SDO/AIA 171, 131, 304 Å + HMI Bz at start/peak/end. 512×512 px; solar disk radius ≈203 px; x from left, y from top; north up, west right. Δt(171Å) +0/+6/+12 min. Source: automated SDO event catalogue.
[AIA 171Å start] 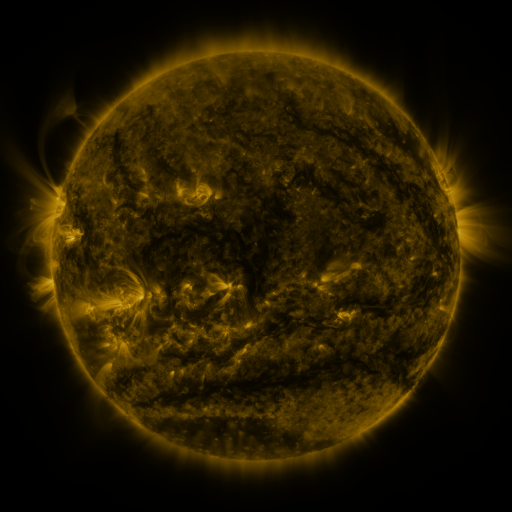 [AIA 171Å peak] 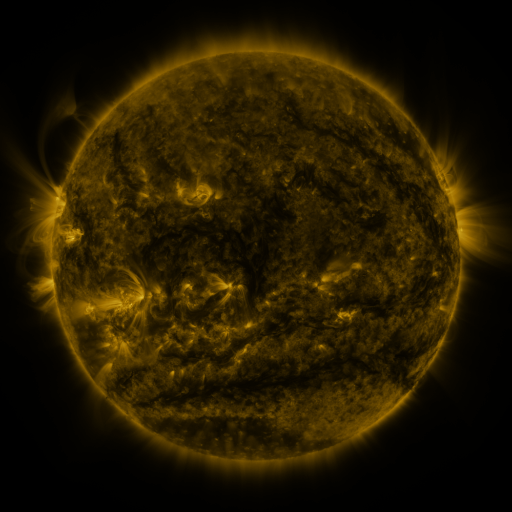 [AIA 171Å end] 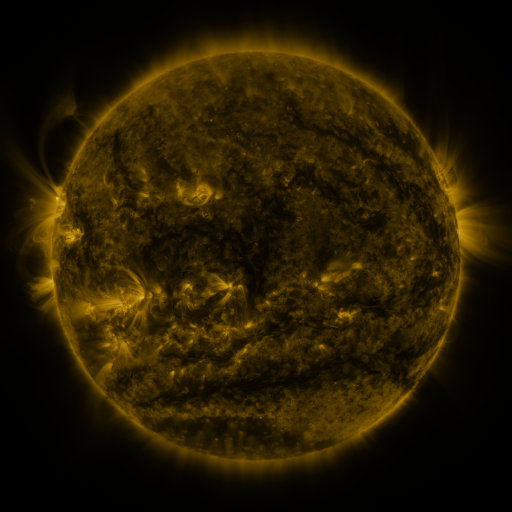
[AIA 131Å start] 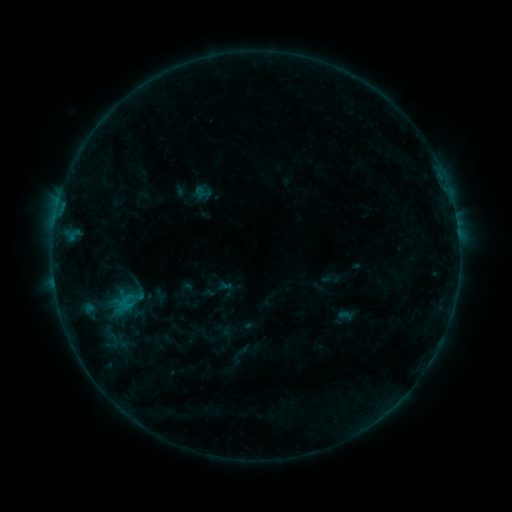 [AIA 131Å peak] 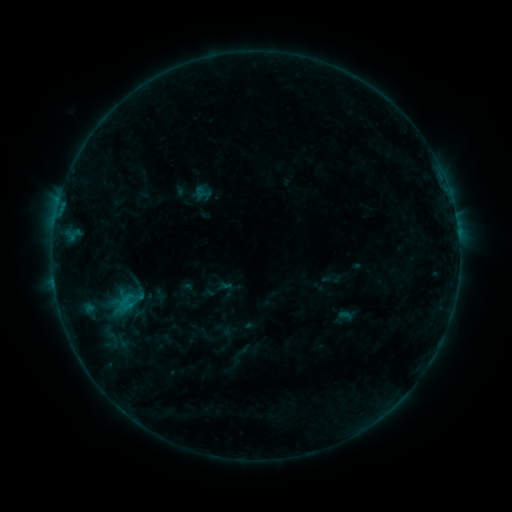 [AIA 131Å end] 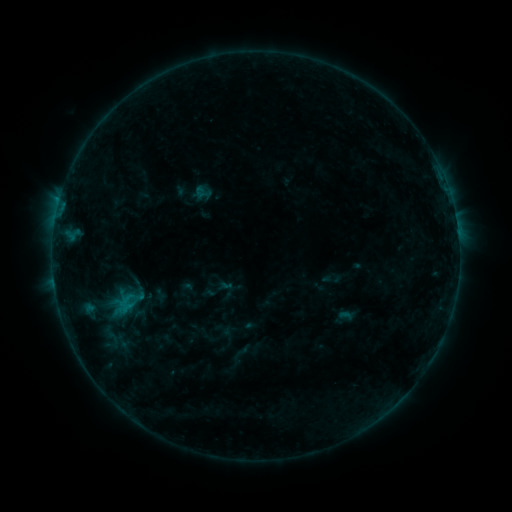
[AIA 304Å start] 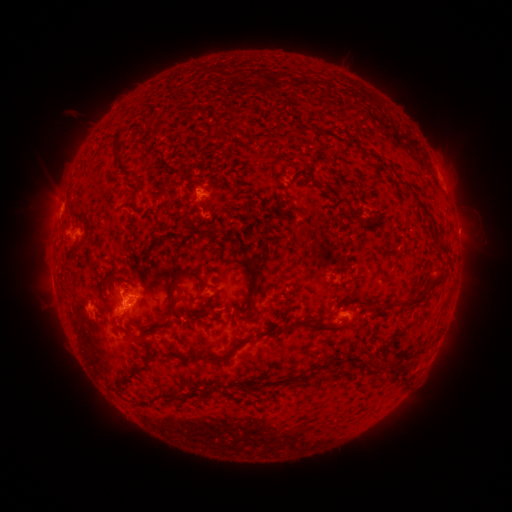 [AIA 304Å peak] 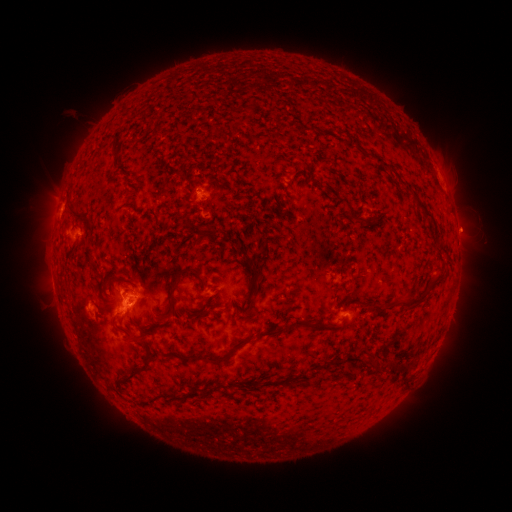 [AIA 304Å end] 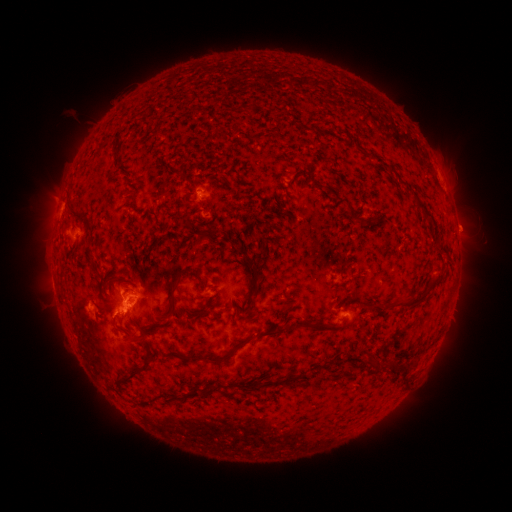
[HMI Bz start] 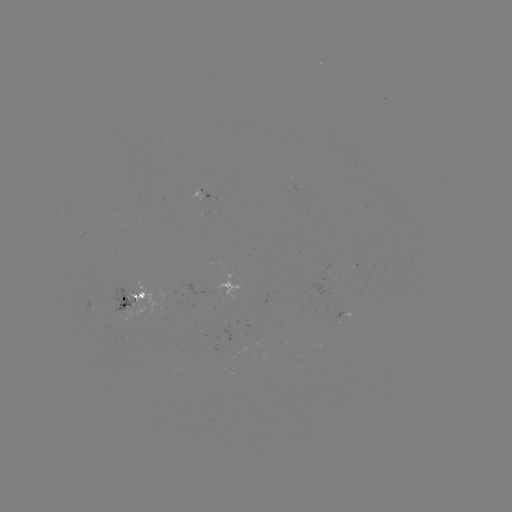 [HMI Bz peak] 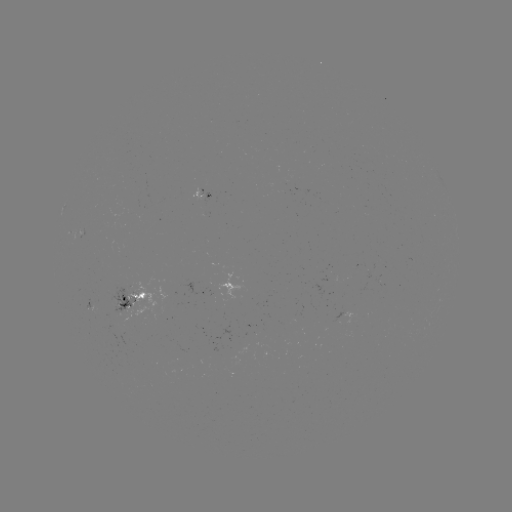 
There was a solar eruption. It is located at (464, 230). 